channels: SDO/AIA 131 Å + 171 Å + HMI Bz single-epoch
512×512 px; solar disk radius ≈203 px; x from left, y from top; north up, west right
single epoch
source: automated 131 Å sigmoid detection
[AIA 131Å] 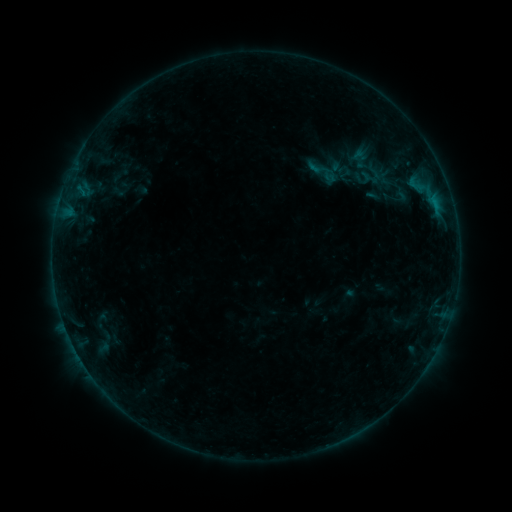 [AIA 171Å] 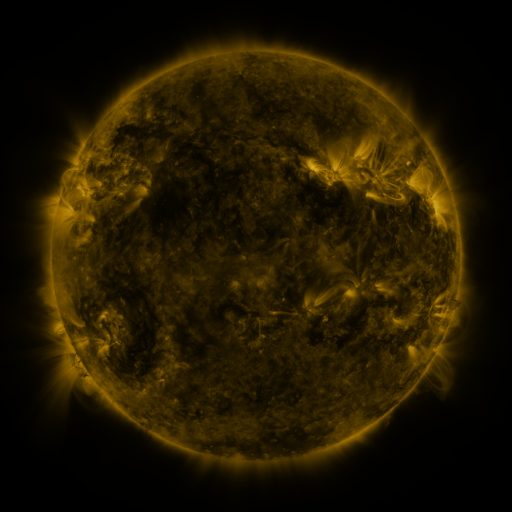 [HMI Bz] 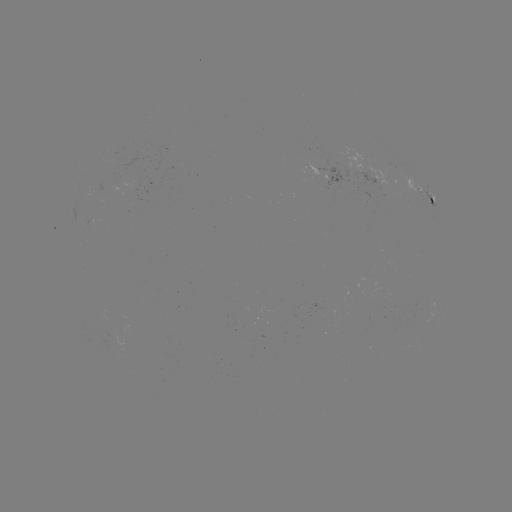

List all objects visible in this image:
sigmoid: (323, 171)
sigmoid: (402, 196)
